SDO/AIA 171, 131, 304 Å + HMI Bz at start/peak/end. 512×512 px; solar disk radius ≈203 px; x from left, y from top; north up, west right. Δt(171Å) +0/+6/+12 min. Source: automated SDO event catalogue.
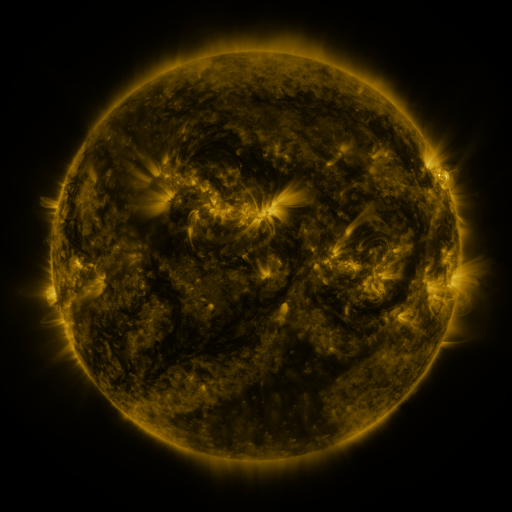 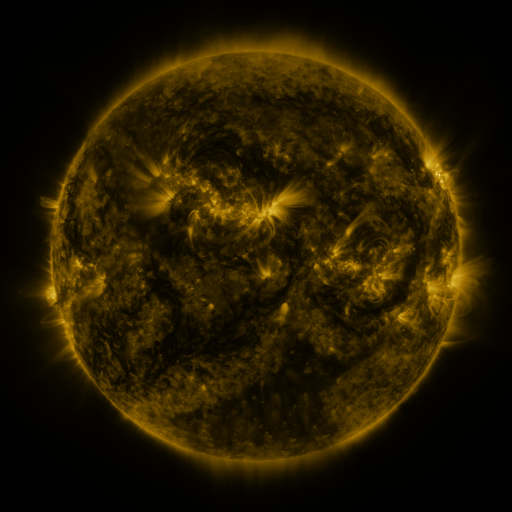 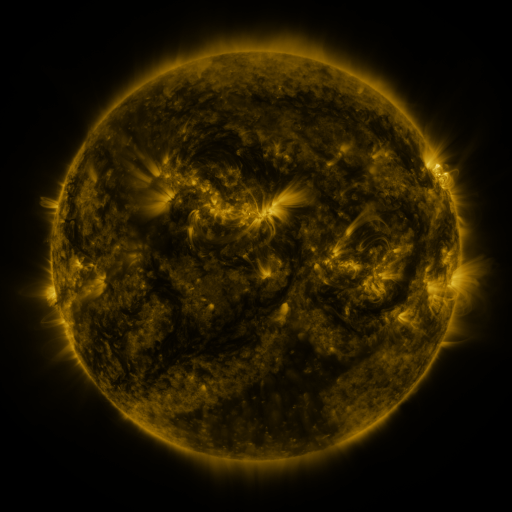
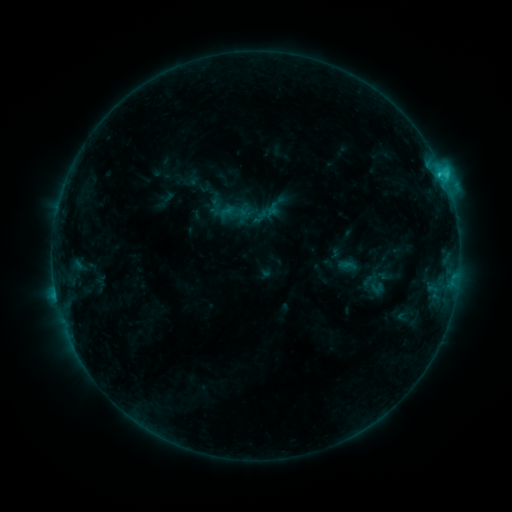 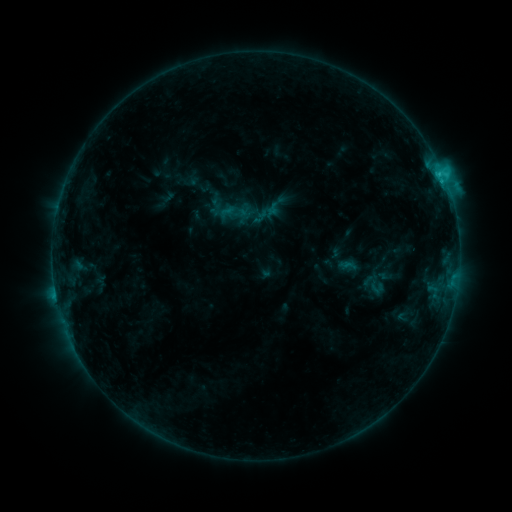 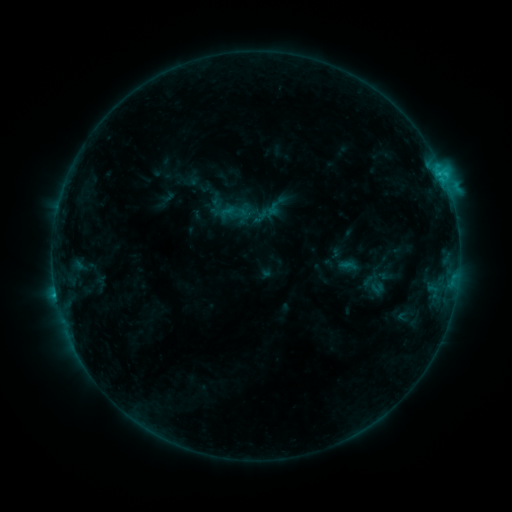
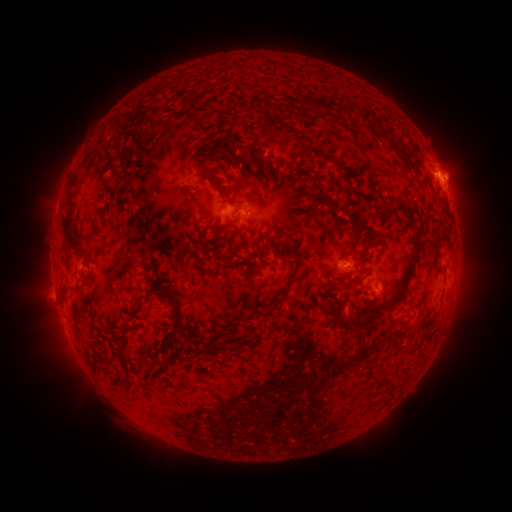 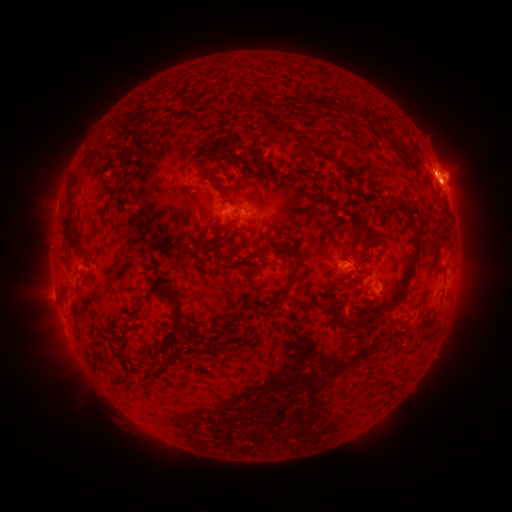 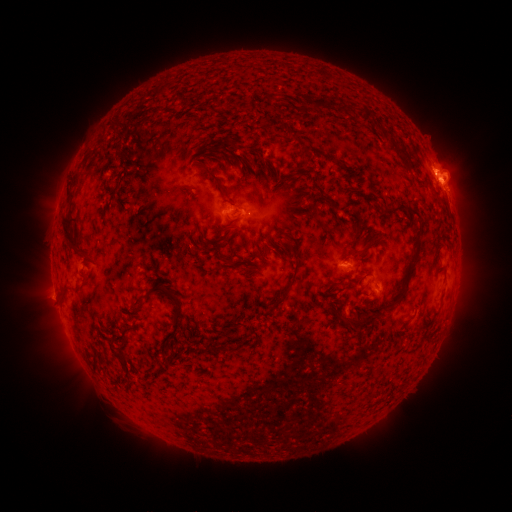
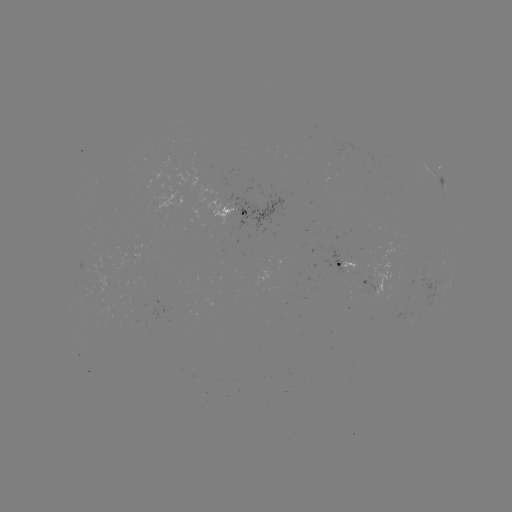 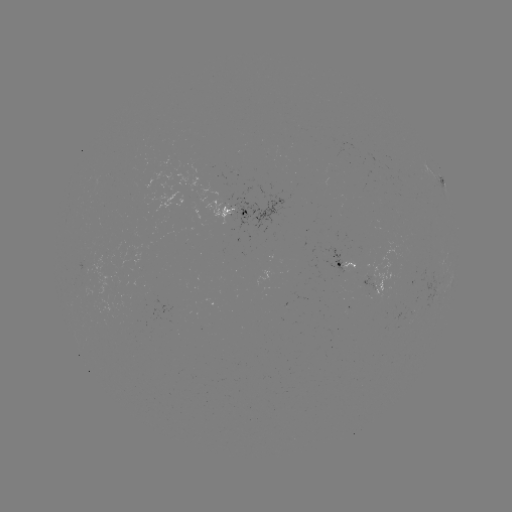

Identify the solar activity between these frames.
eruption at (443, 161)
